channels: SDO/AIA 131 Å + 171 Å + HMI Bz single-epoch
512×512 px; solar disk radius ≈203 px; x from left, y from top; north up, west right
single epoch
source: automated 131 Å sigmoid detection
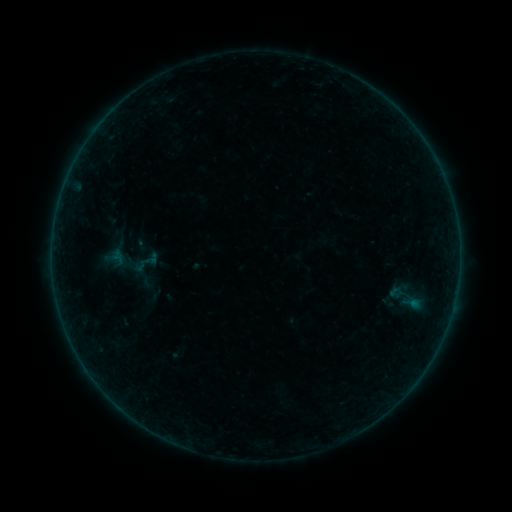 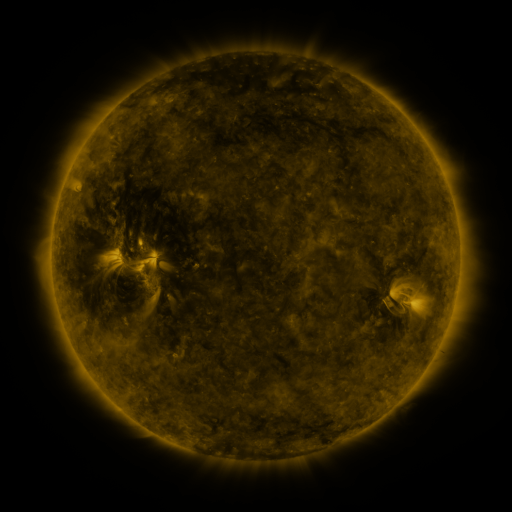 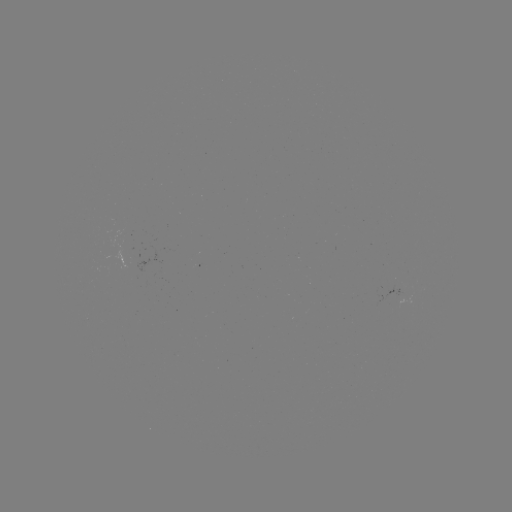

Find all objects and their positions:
sigmoid: (145, 263)
